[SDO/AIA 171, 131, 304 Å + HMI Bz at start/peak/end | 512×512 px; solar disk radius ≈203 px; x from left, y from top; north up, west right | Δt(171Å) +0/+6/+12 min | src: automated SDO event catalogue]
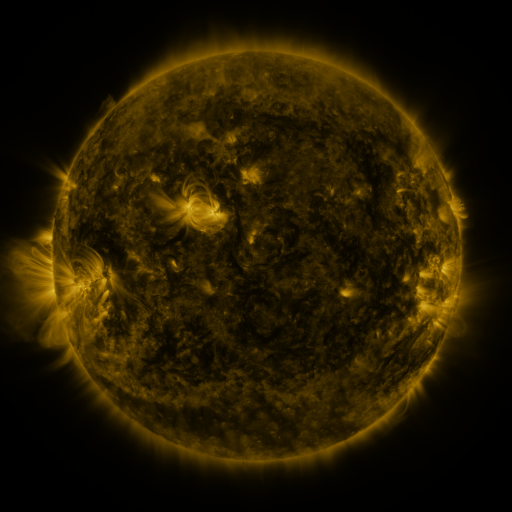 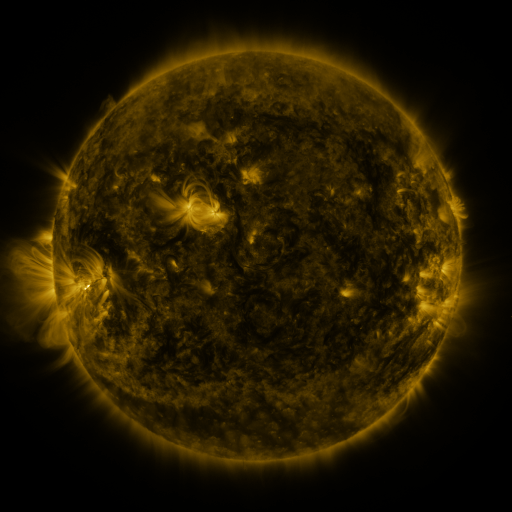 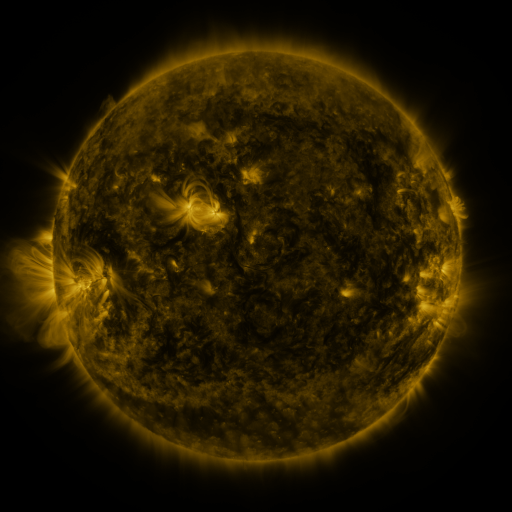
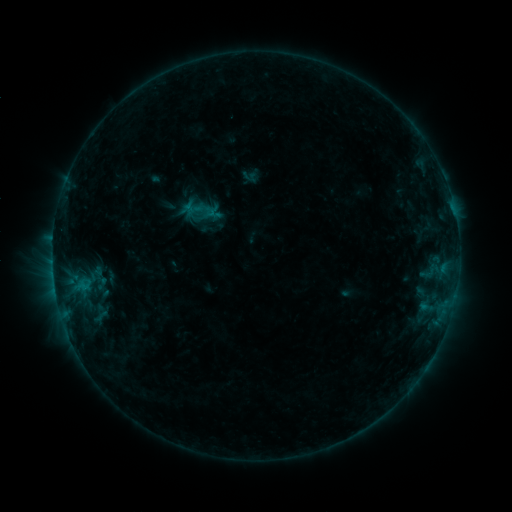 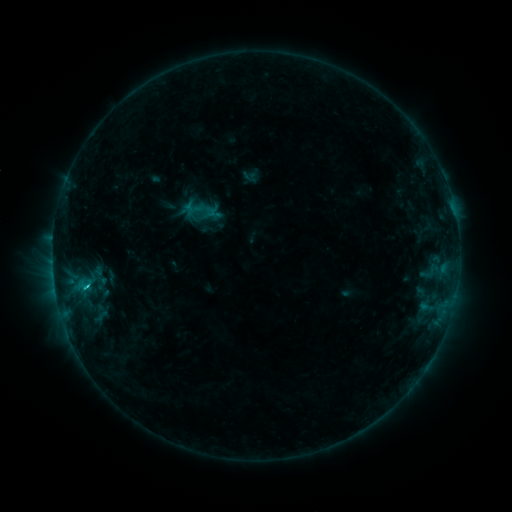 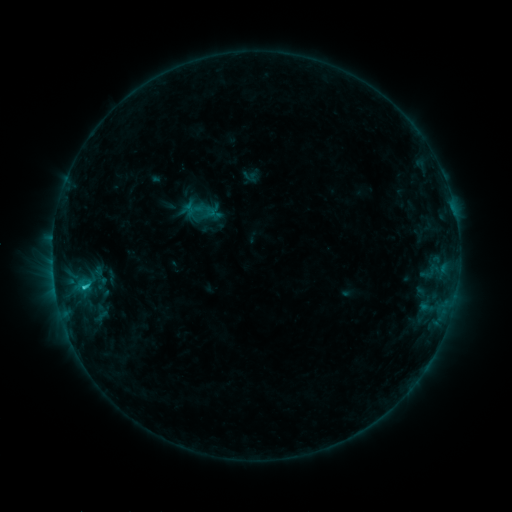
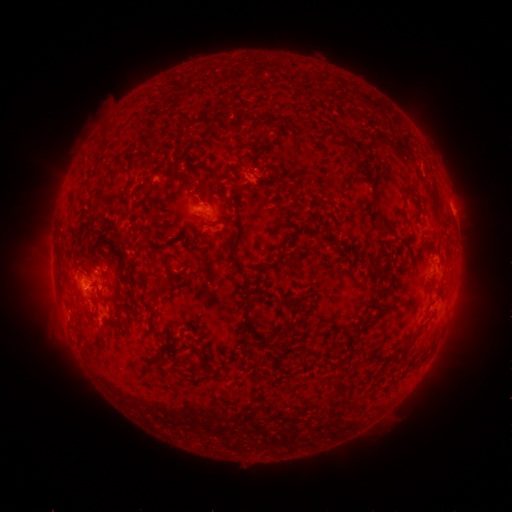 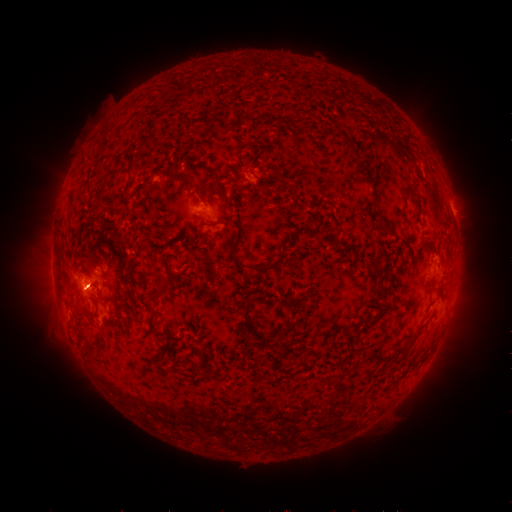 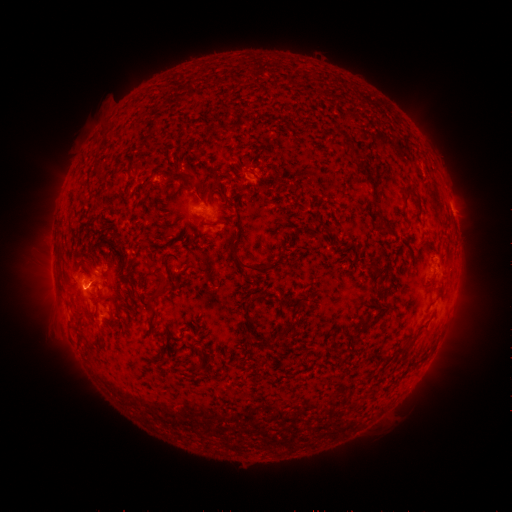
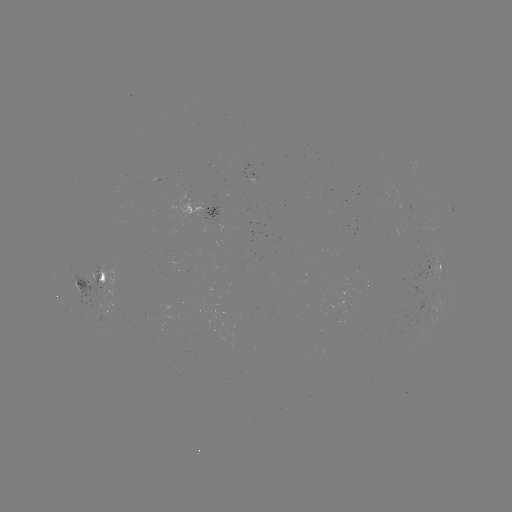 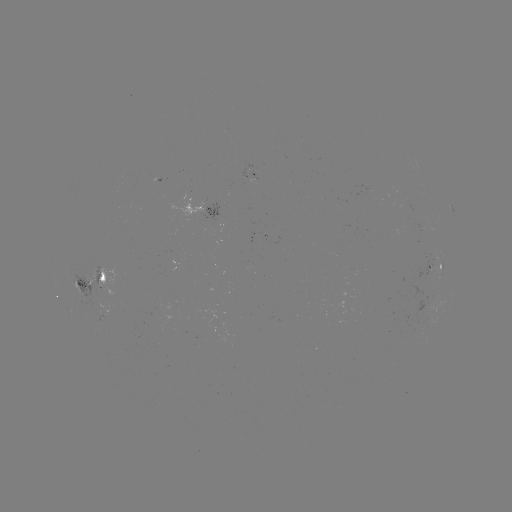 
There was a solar flare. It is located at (86, 284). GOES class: C1.3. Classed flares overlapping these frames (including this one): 1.